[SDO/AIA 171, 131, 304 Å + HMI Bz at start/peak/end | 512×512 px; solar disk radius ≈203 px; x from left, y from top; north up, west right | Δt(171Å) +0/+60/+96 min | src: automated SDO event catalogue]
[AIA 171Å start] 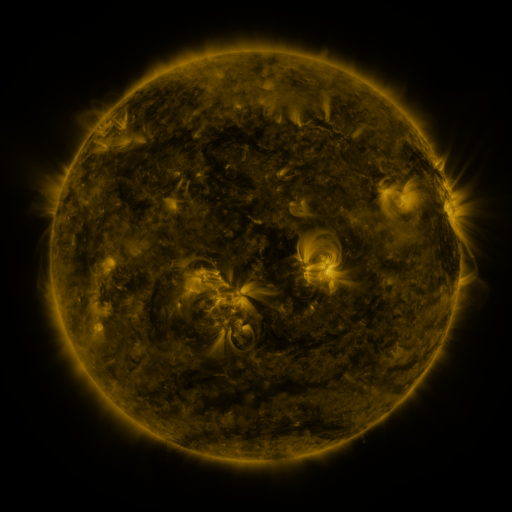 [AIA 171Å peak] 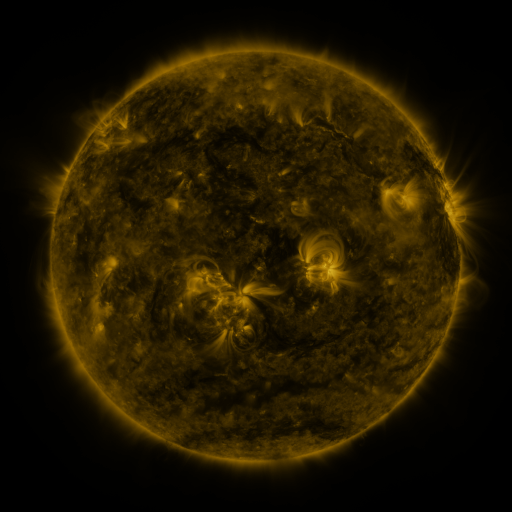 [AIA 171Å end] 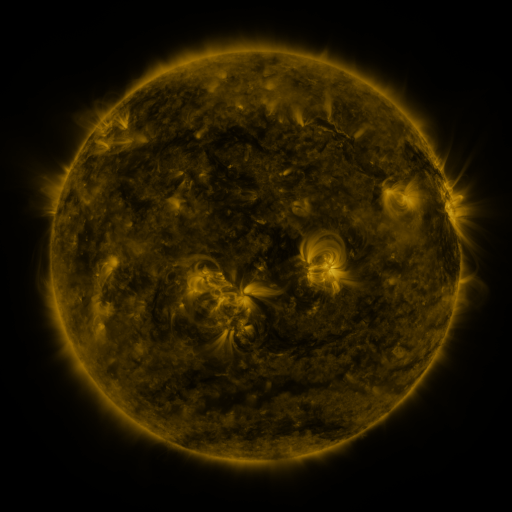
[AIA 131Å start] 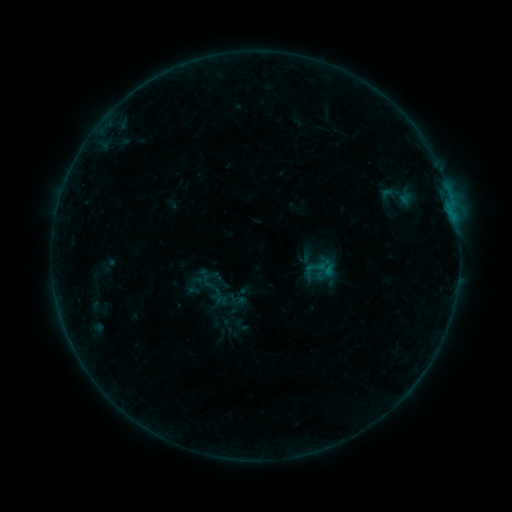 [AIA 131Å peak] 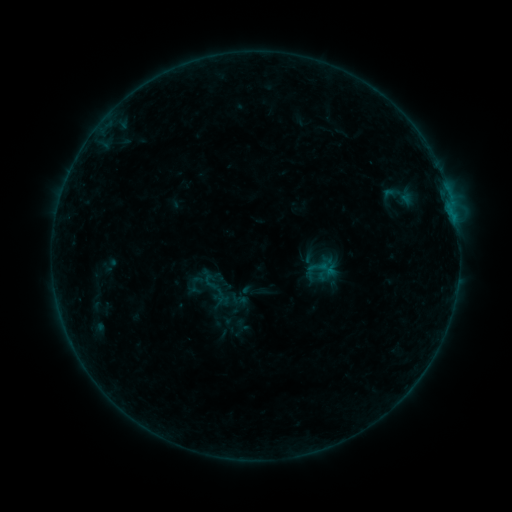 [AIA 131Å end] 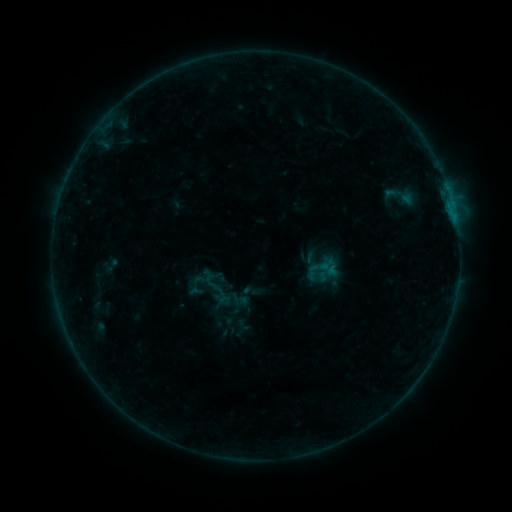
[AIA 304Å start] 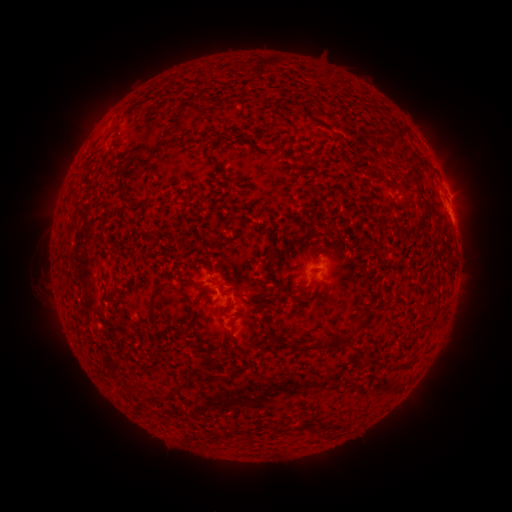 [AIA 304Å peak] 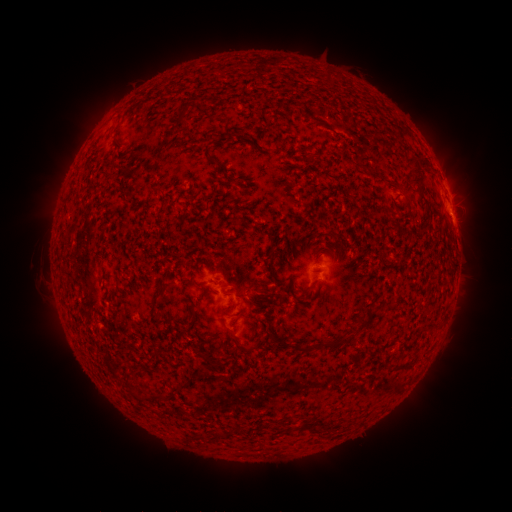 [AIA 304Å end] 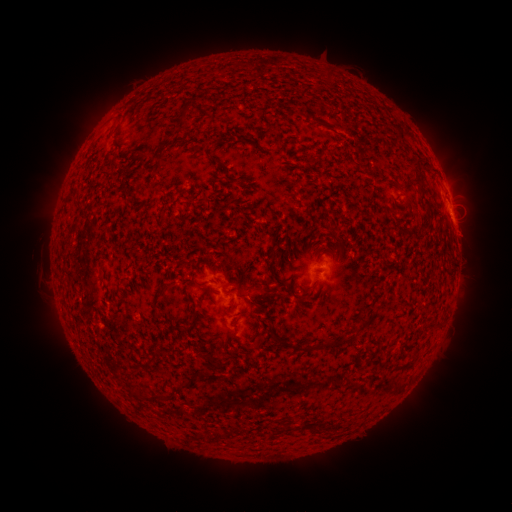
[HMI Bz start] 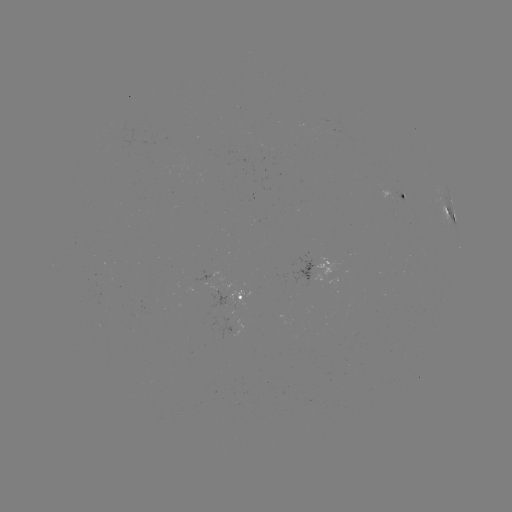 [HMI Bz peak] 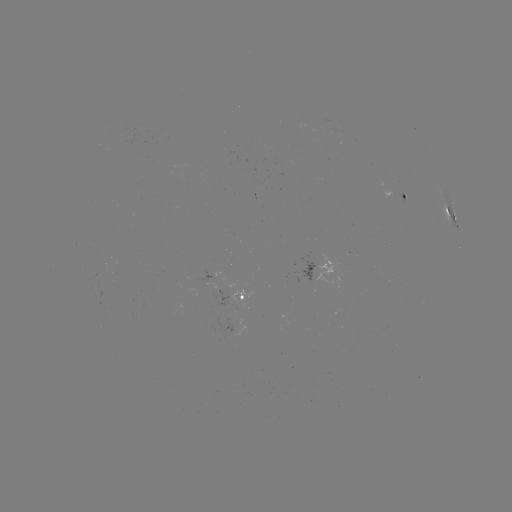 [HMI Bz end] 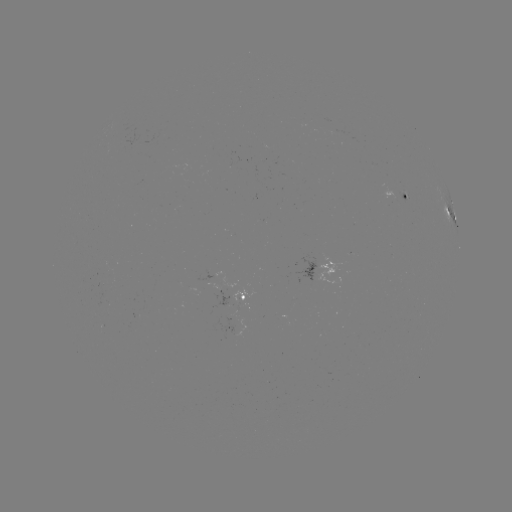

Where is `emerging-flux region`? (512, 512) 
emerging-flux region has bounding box [193, 270, 212, 282].